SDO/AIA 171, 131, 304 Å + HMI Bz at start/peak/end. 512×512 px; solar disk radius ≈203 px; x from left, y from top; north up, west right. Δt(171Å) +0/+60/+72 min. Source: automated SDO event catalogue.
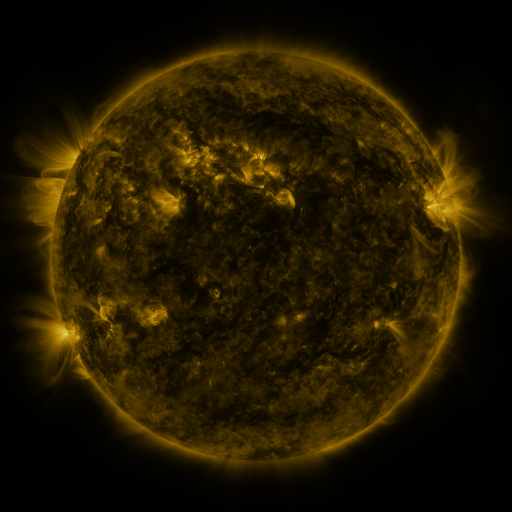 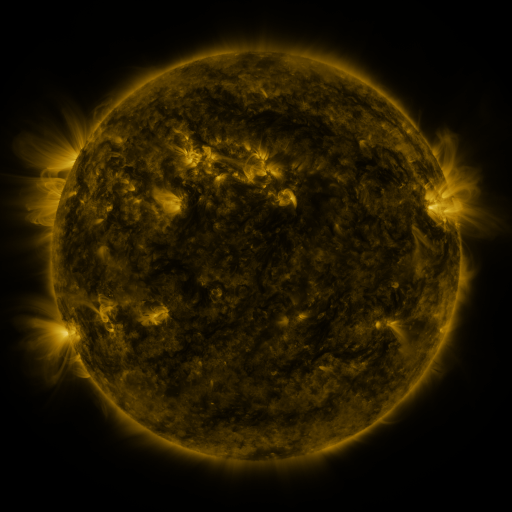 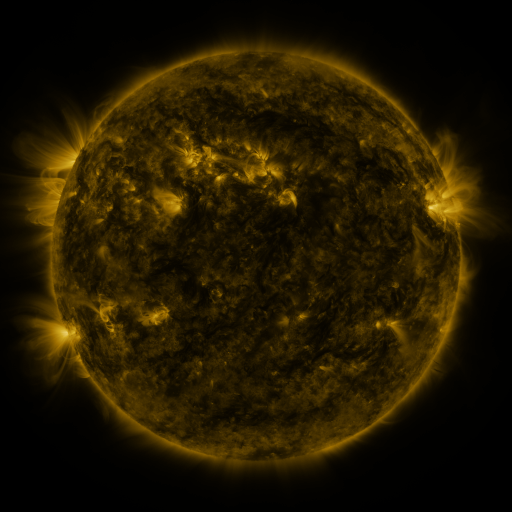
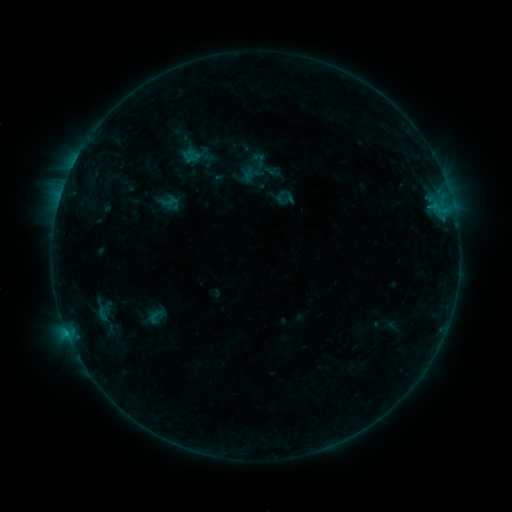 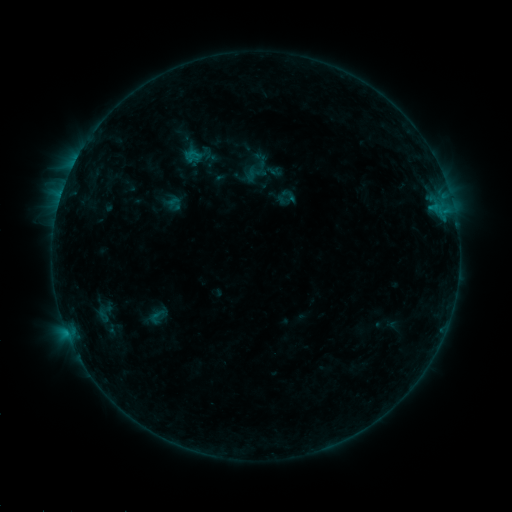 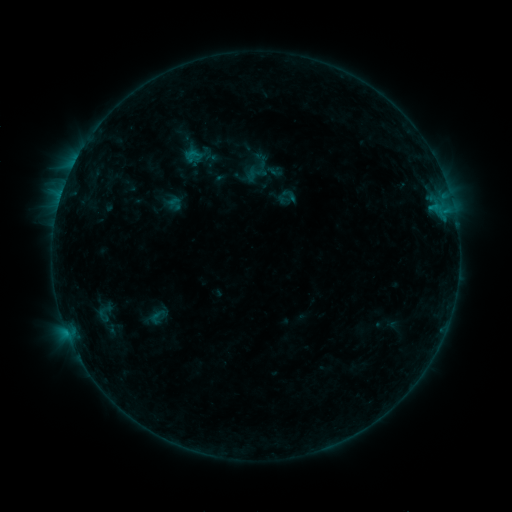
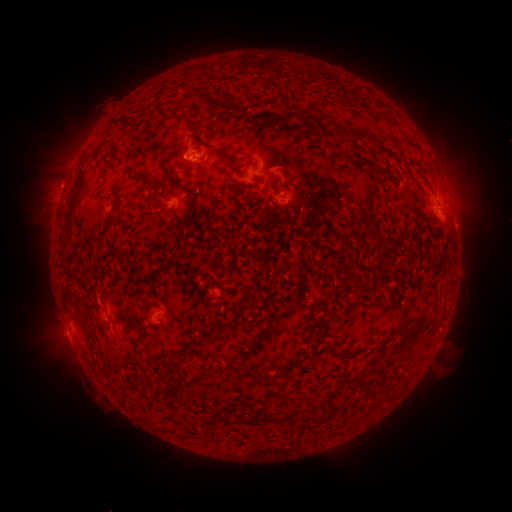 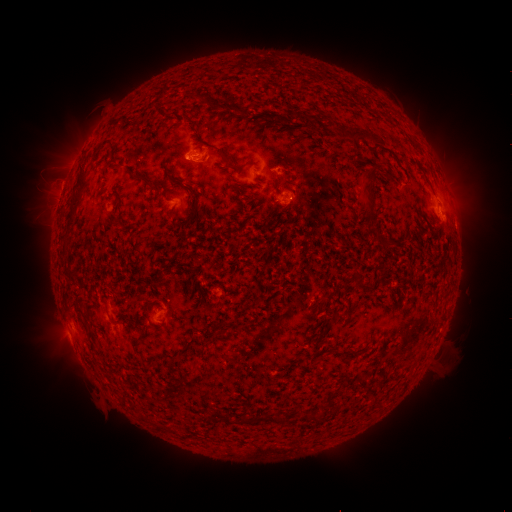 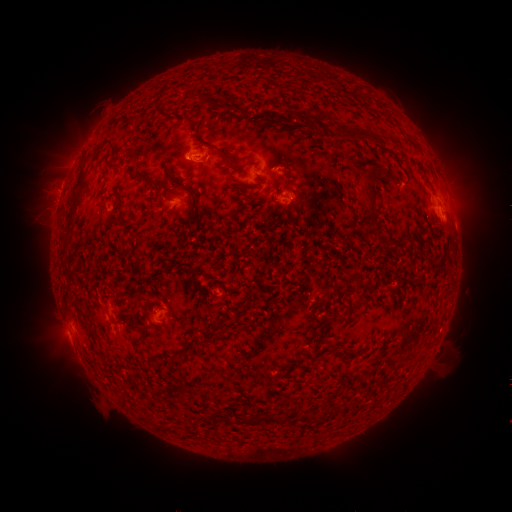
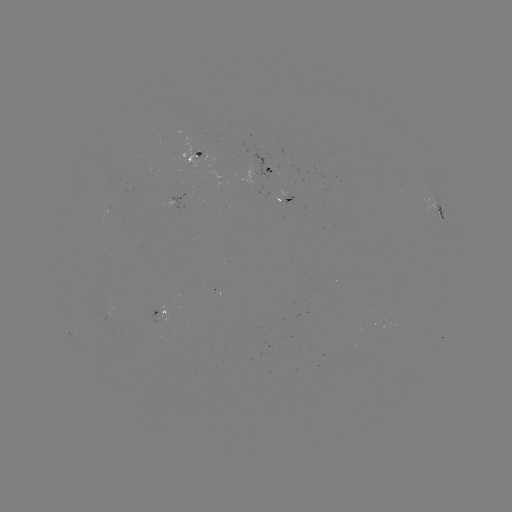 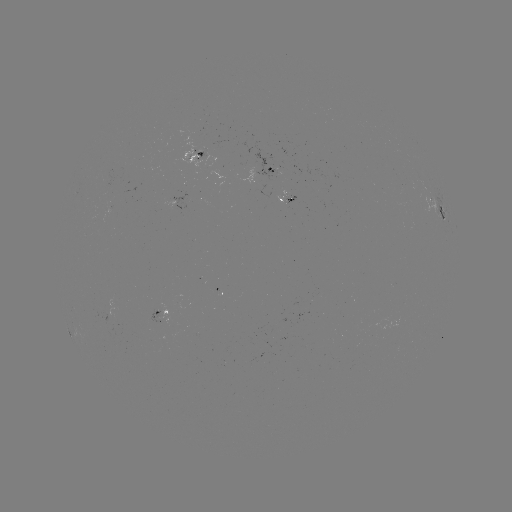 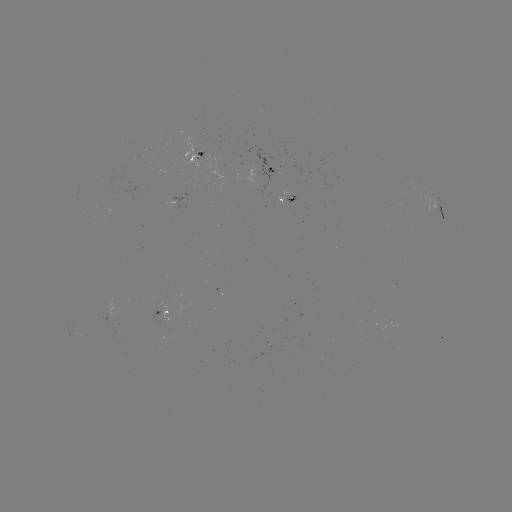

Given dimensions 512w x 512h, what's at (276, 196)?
emerging-flux region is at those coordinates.